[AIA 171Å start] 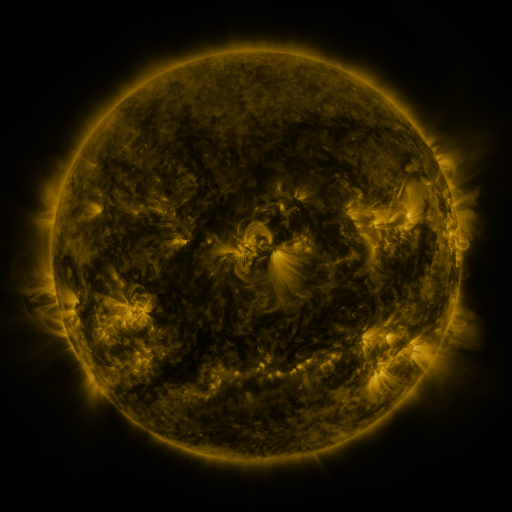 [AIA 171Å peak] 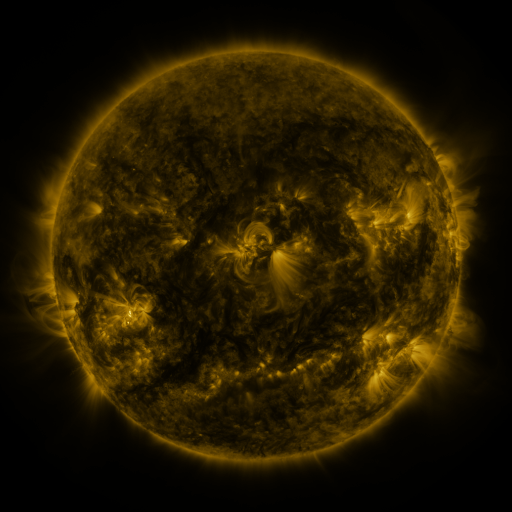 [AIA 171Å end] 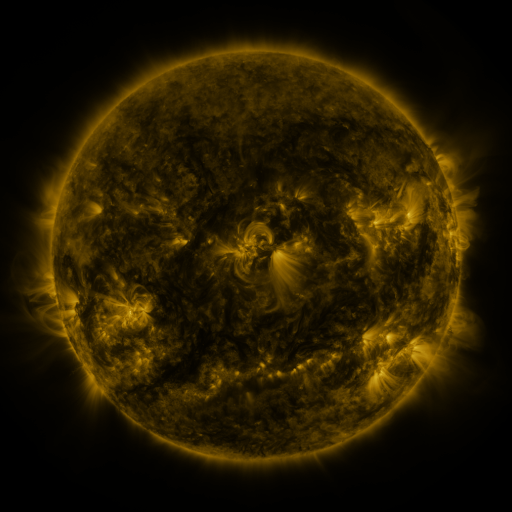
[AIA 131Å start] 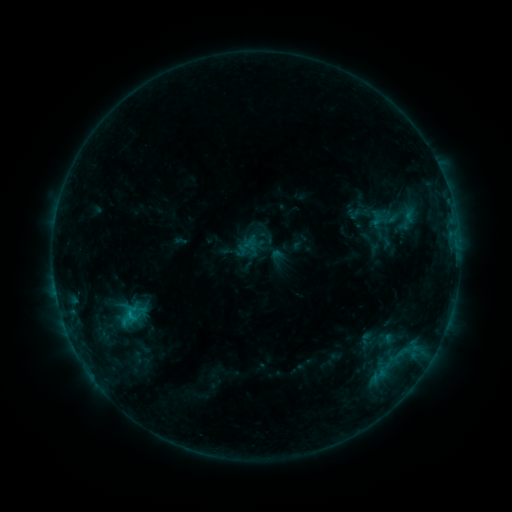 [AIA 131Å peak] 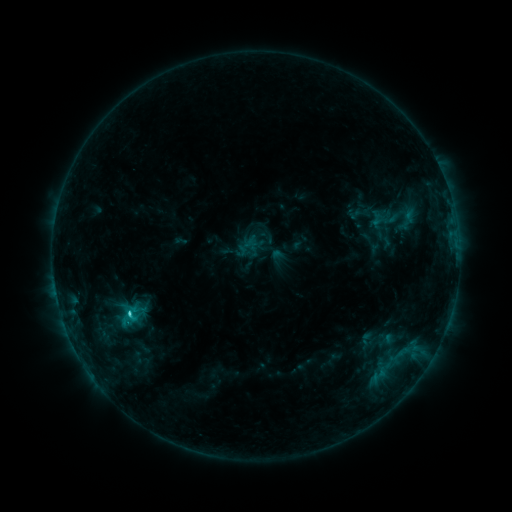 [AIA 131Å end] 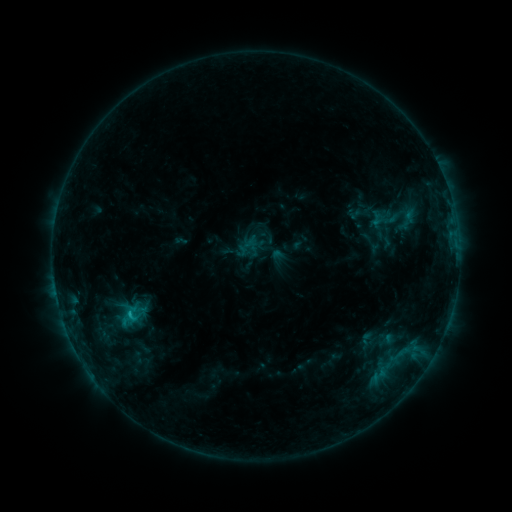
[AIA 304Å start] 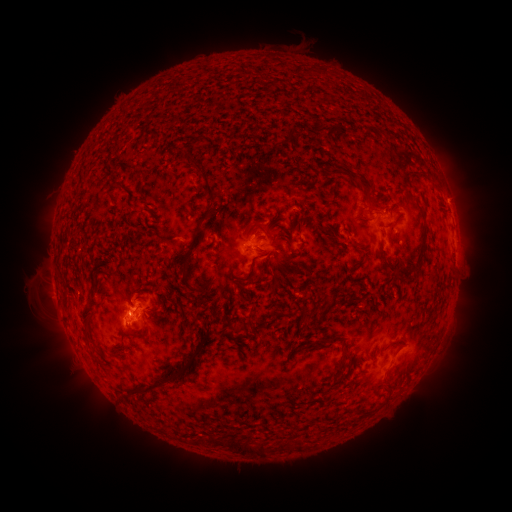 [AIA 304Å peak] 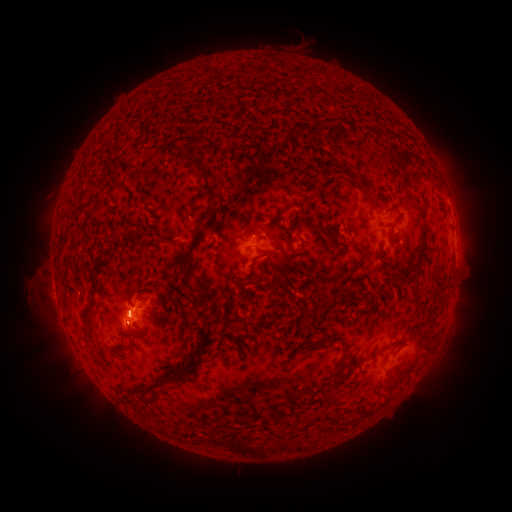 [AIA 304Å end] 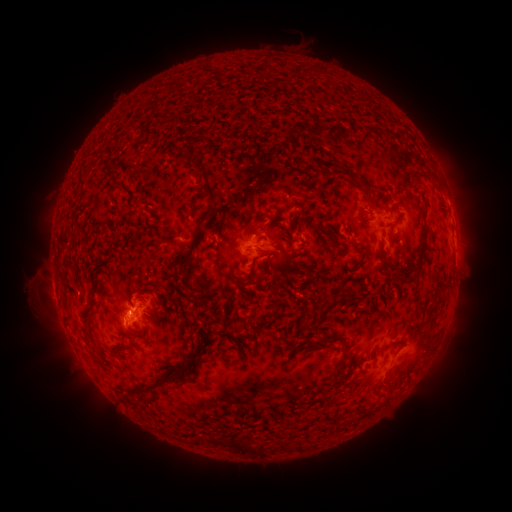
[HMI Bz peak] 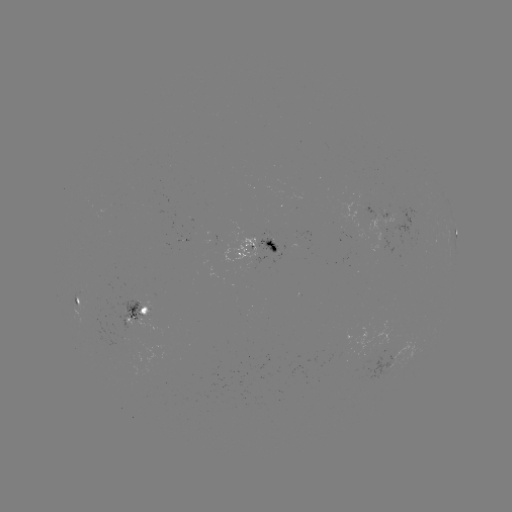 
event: flare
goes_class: C1.3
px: (130, 311)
